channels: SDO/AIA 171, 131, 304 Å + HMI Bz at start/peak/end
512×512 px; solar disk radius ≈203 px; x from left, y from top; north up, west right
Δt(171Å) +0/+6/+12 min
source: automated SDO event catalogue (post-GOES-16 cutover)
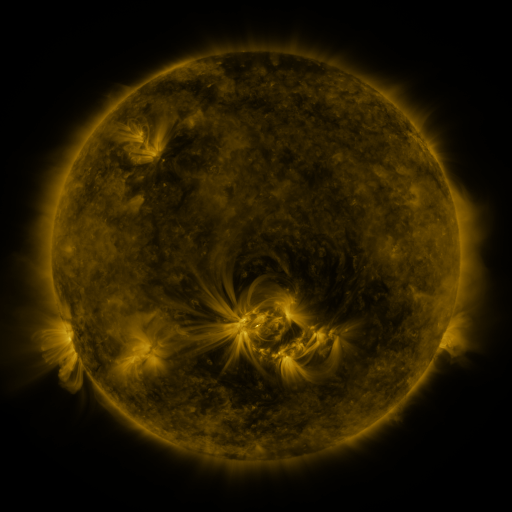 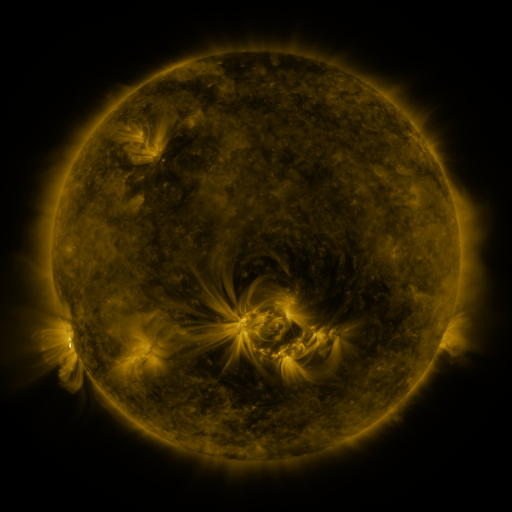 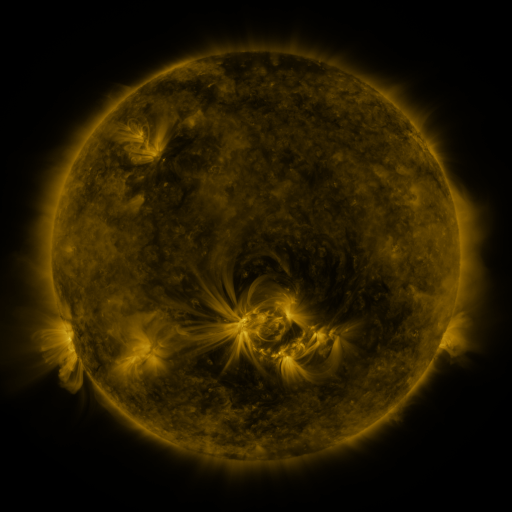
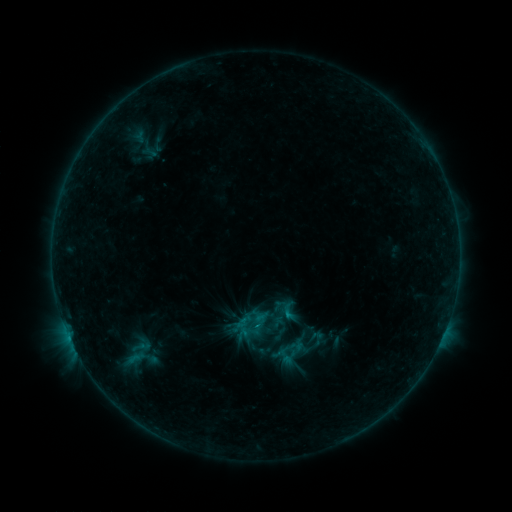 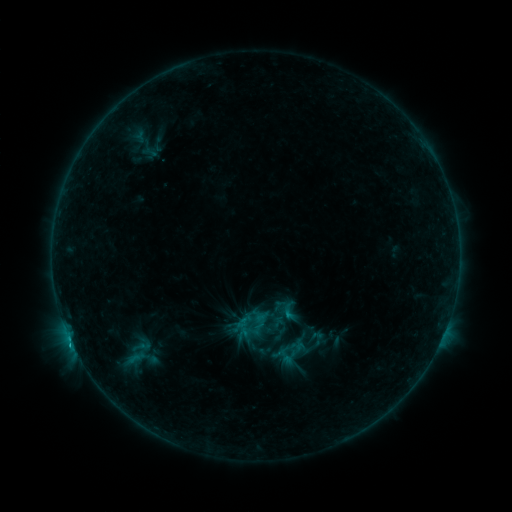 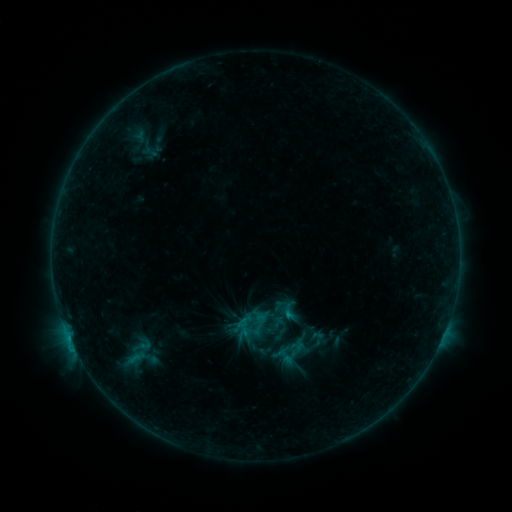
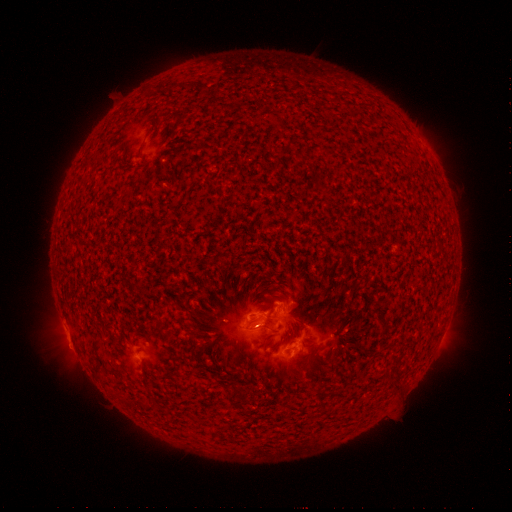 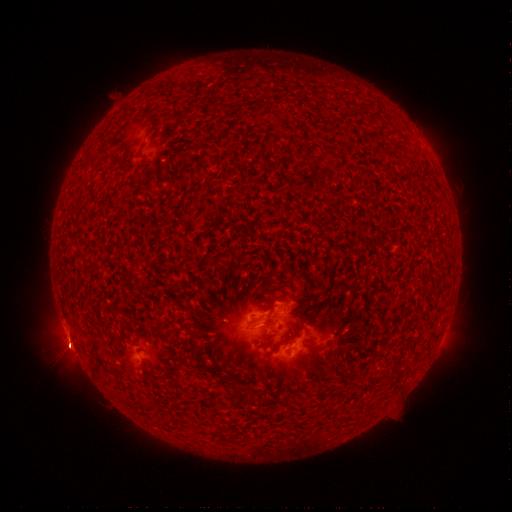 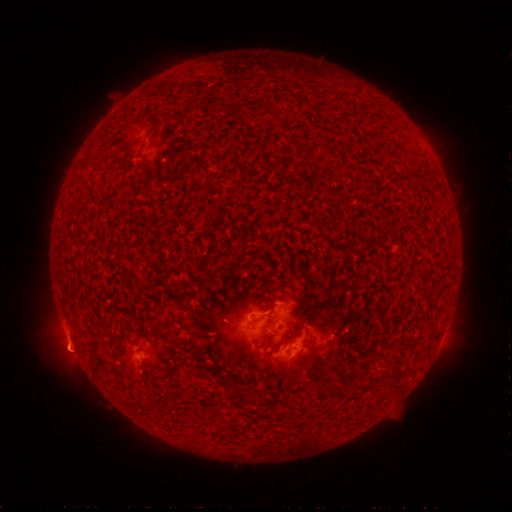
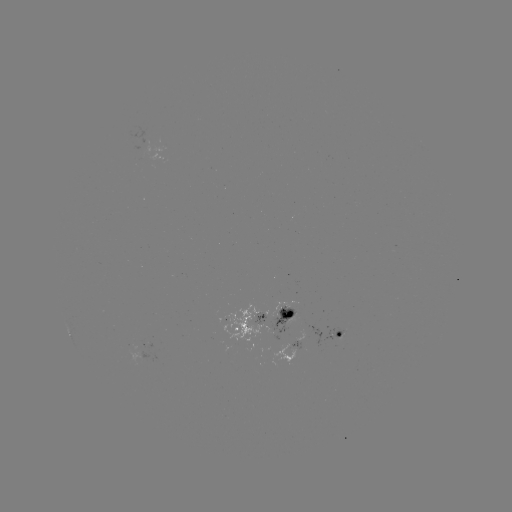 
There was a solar eruption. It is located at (69, 352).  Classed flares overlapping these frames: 1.